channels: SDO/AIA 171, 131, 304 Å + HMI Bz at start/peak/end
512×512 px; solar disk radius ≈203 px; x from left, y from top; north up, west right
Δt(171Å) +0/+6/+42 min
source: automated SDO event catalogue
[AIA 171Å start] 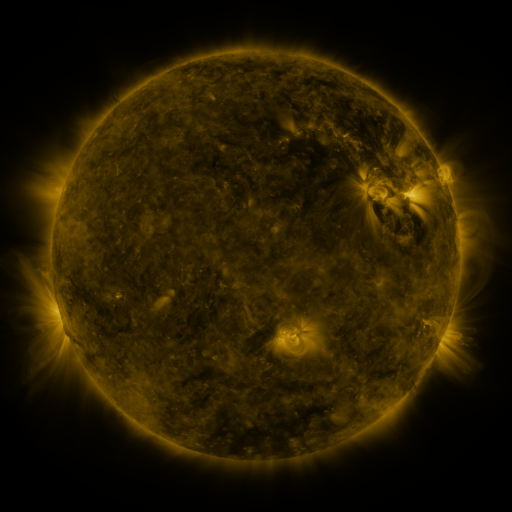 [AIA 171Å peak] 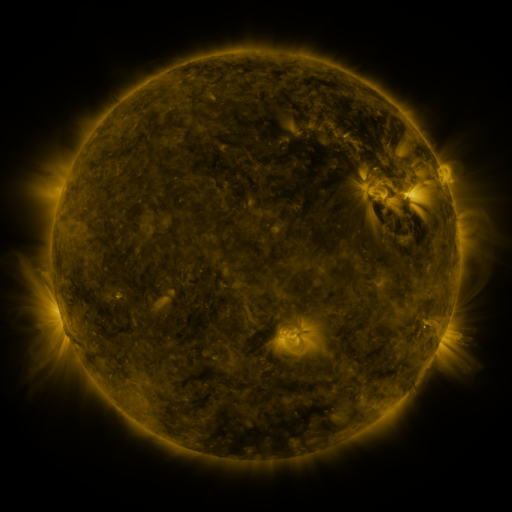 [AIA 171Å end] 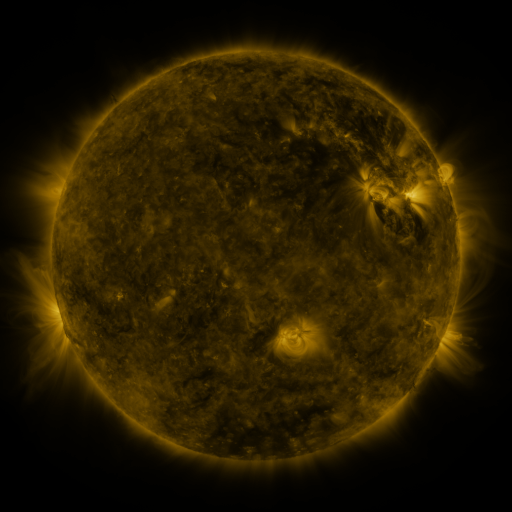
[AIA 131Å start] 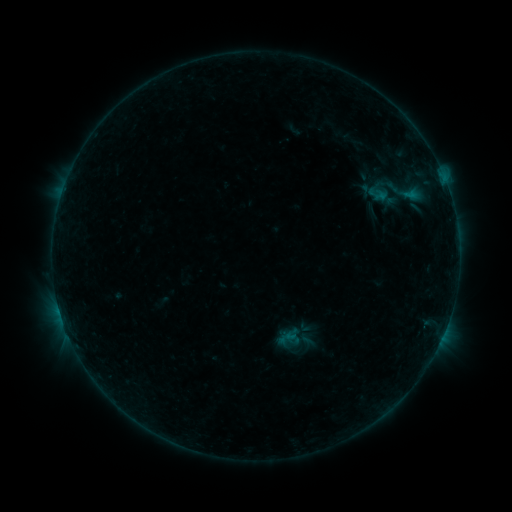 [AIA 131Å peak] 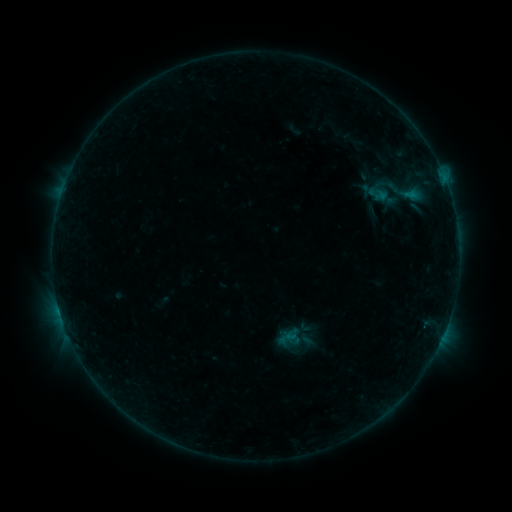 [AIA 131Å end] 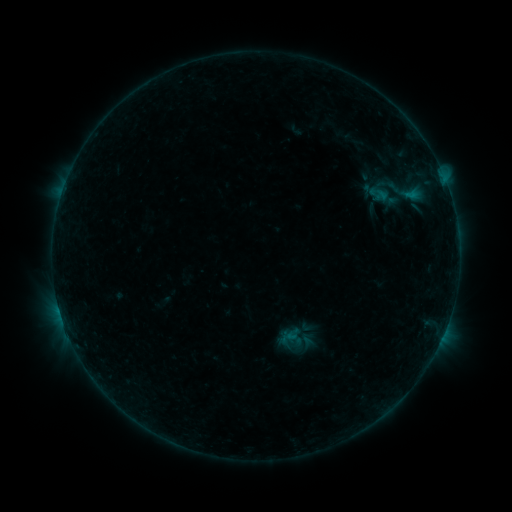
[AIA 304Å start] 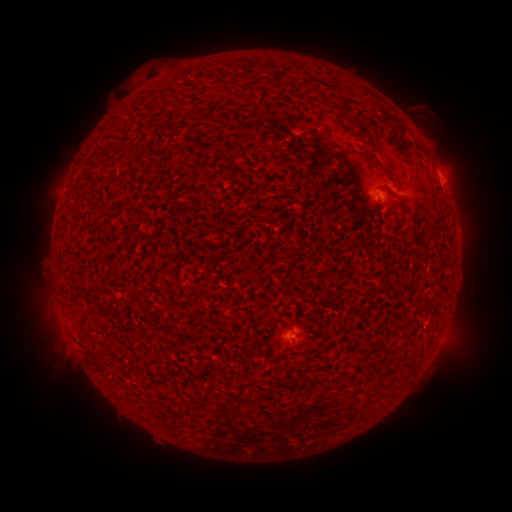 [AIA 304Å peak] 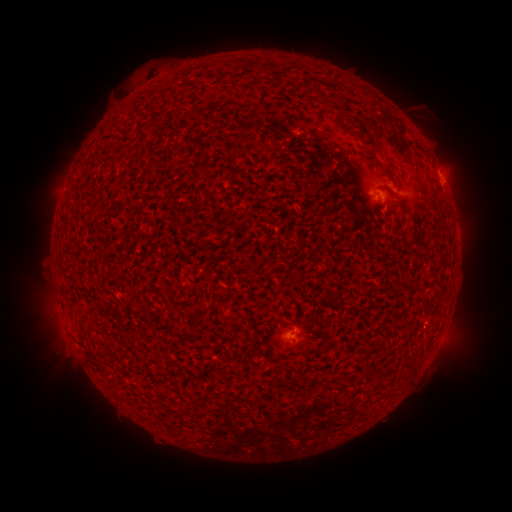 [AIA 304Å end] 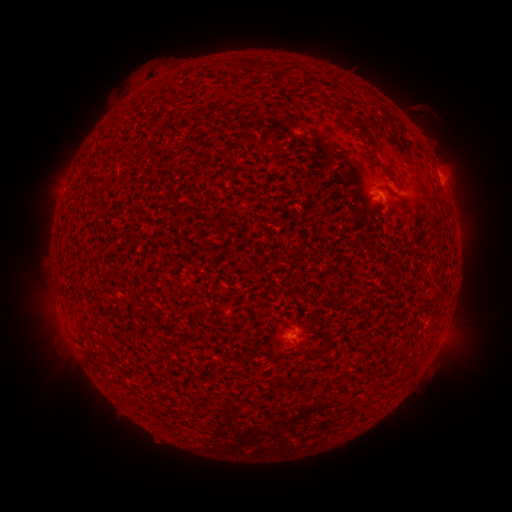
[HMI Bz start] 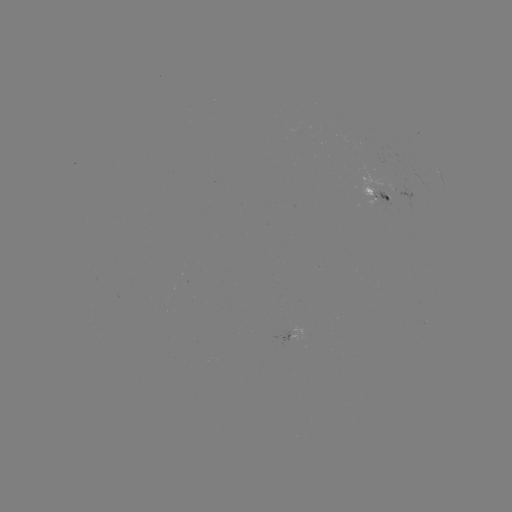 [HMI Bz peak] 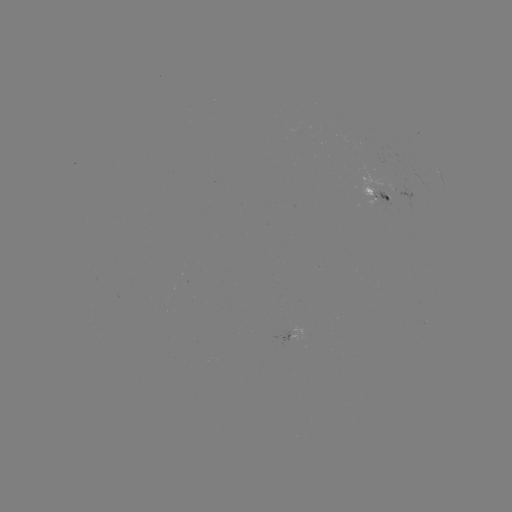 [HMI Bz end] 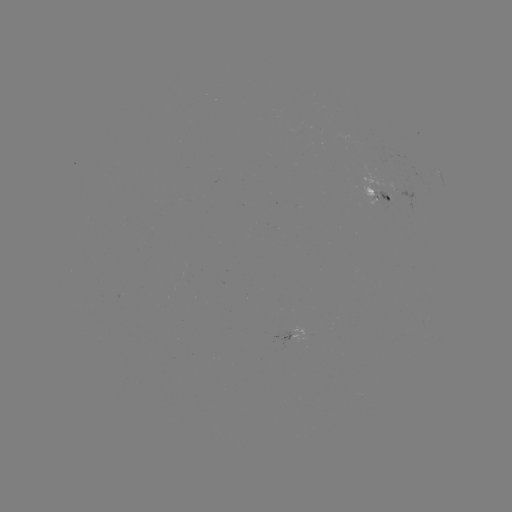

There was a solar emerging-flux region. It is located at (288, 333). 